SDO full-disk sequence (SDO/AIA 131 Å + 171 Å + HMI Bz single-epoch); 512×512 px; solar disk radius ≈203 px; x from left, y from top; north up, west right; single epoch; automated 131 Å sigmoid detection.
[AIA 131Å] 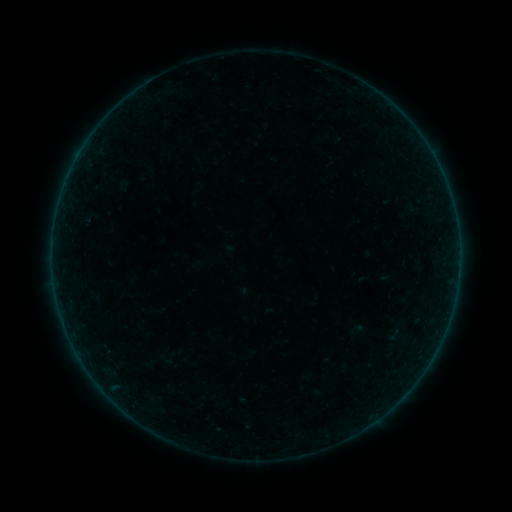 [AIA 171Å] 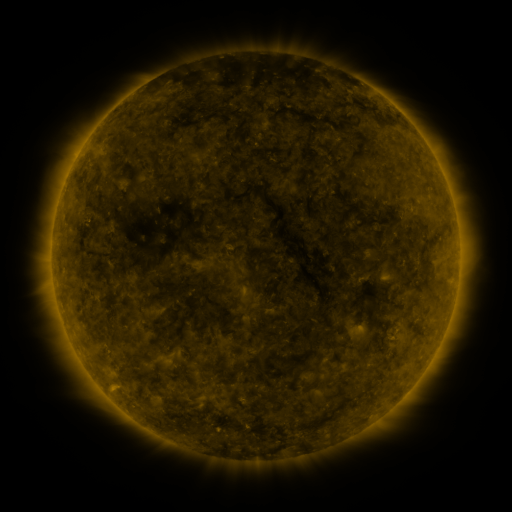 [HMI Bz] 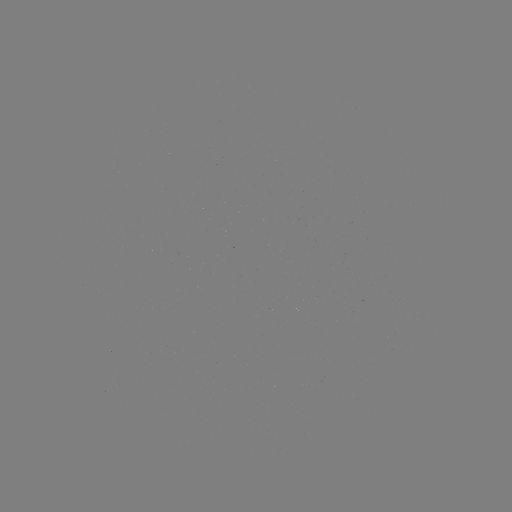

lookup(sigmoid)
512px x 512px [394, 335]